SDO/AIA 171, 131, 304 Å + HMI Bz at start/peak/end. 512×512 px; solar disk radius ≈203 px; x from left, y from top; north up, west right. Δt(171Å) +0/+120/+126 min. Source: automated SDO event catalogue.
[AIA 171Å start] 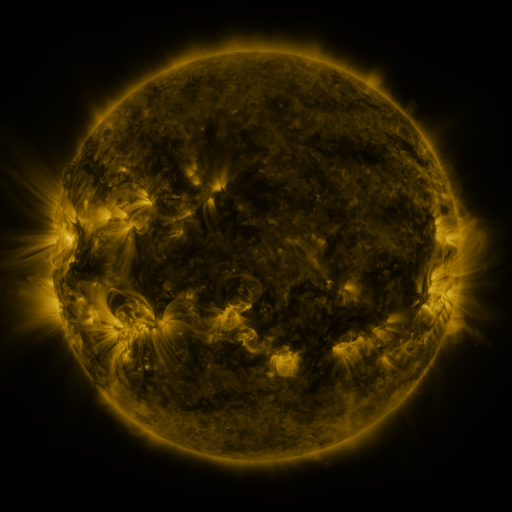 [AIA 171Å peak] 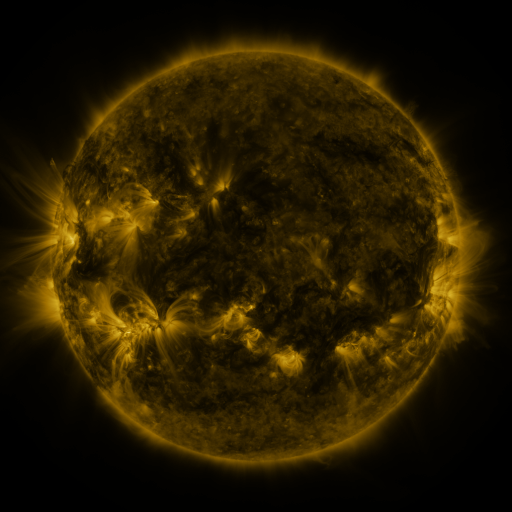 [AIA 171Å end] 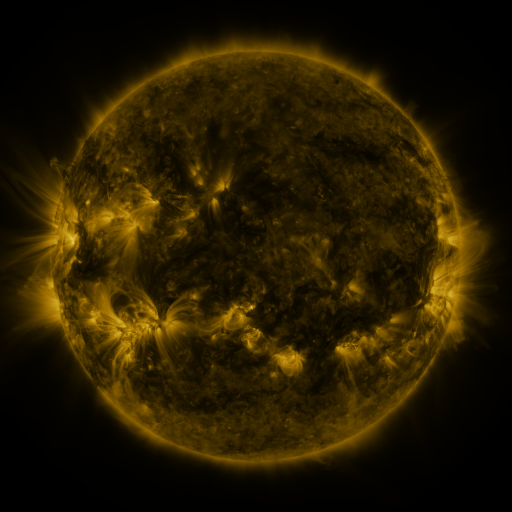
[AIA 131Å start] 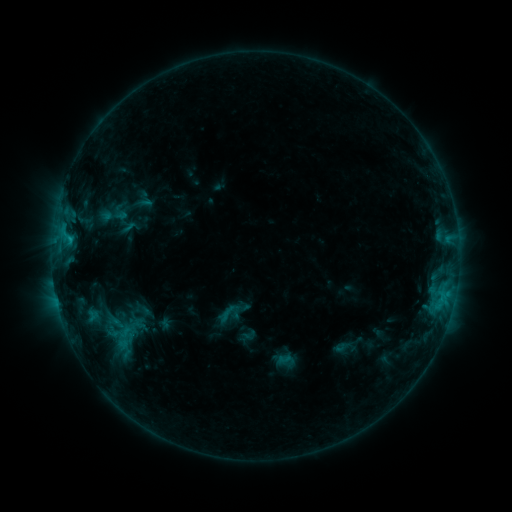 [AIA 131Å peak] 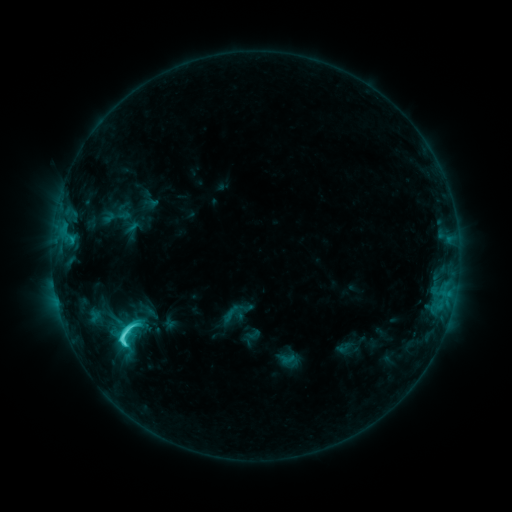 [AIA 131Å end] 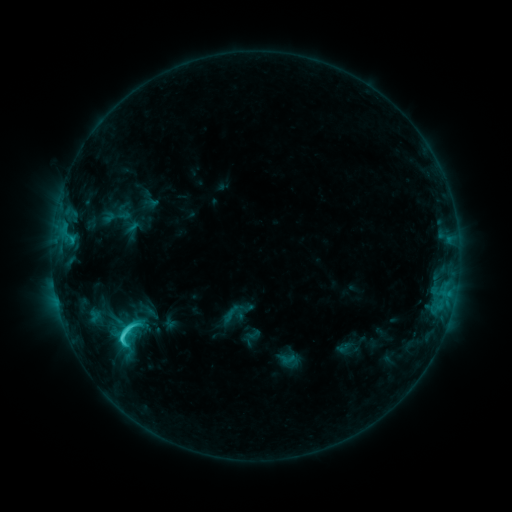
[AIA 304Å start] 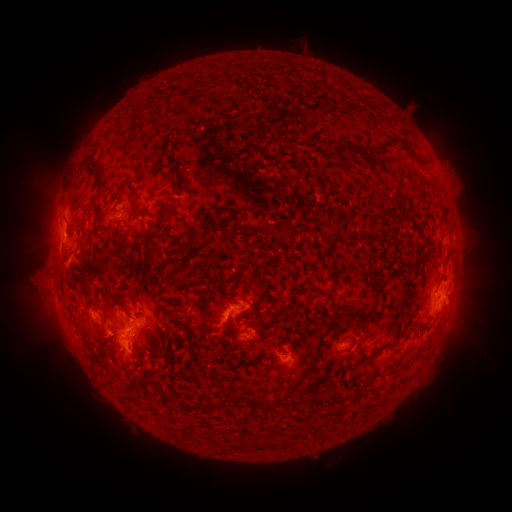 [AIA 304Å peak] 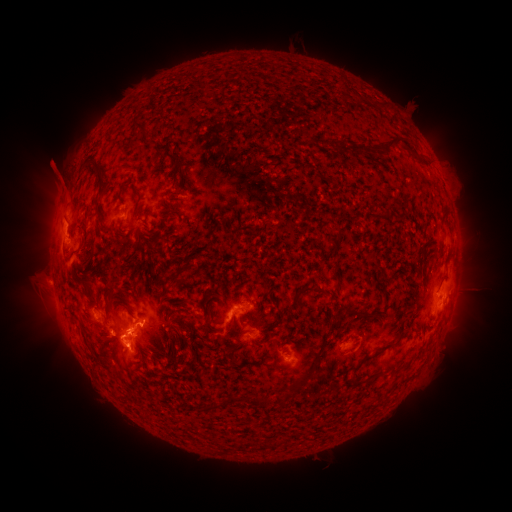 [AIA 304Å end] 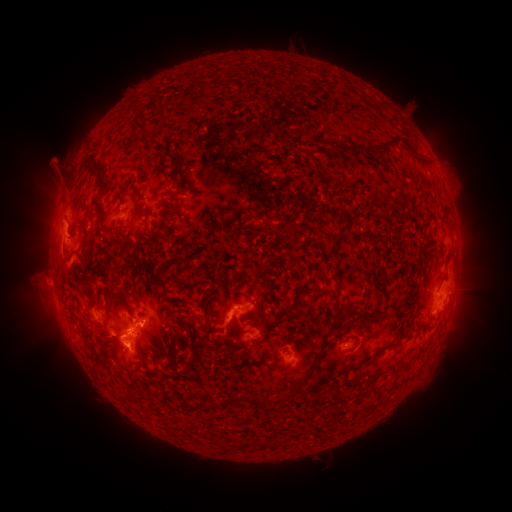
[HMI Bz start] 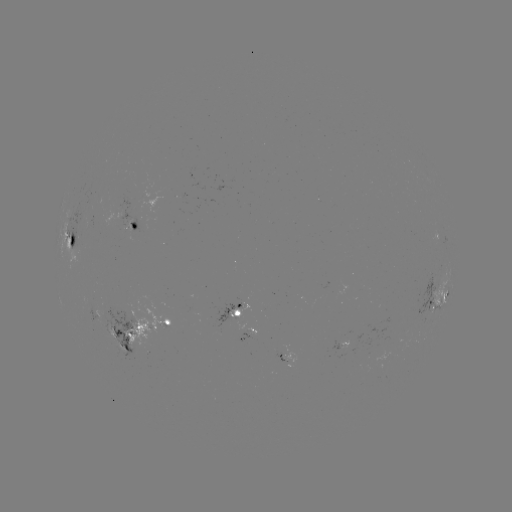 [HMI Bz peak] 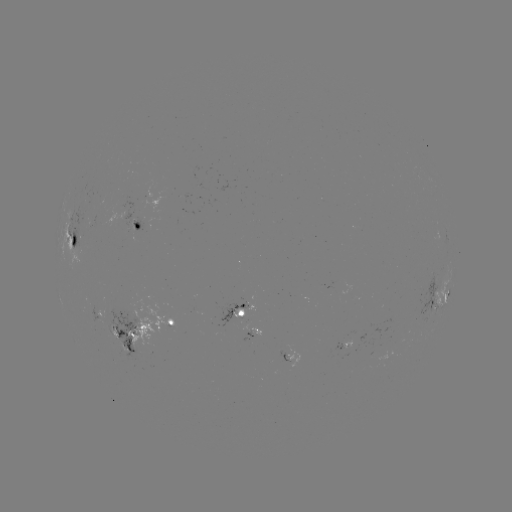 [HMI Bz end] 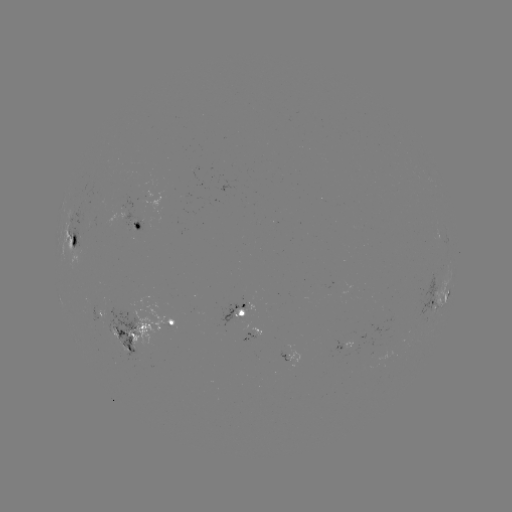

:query emerging-flux region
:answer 247,302